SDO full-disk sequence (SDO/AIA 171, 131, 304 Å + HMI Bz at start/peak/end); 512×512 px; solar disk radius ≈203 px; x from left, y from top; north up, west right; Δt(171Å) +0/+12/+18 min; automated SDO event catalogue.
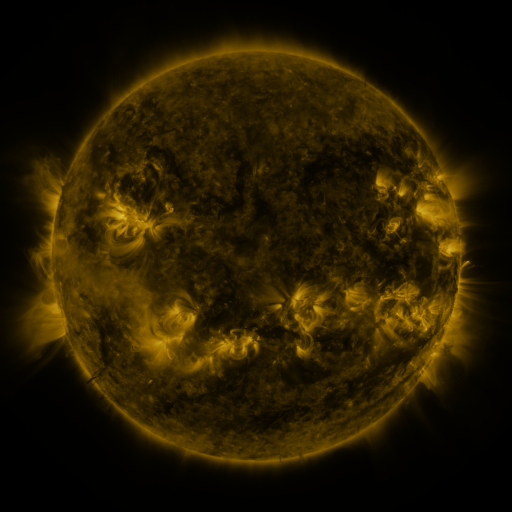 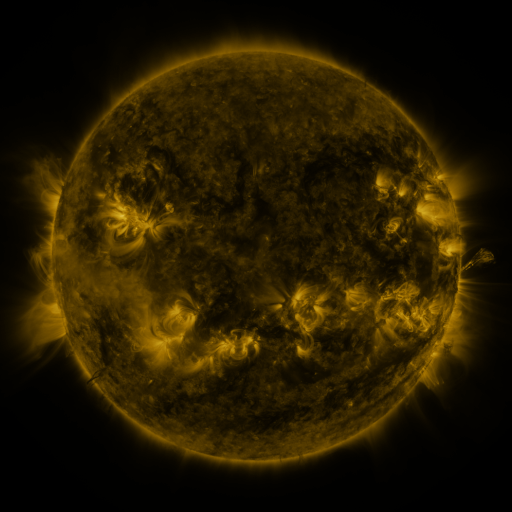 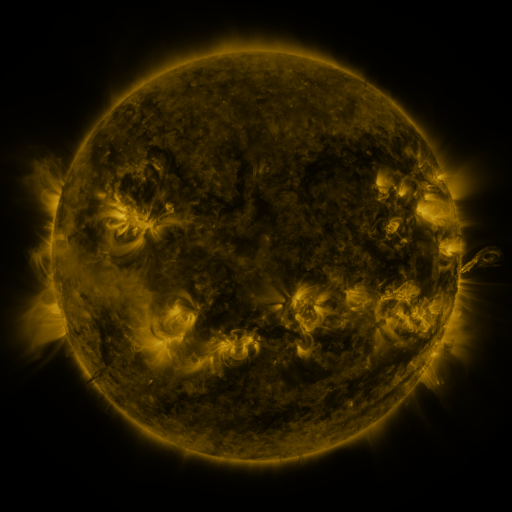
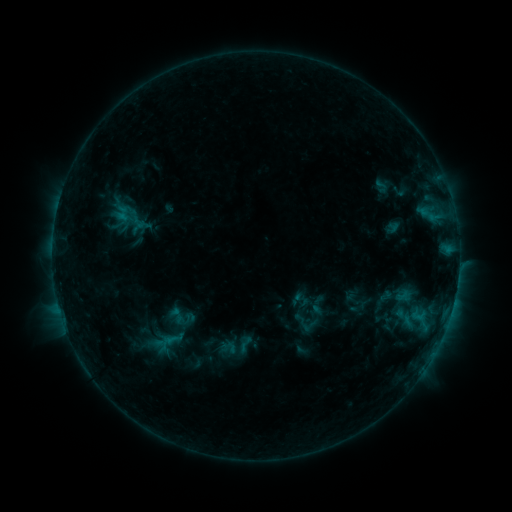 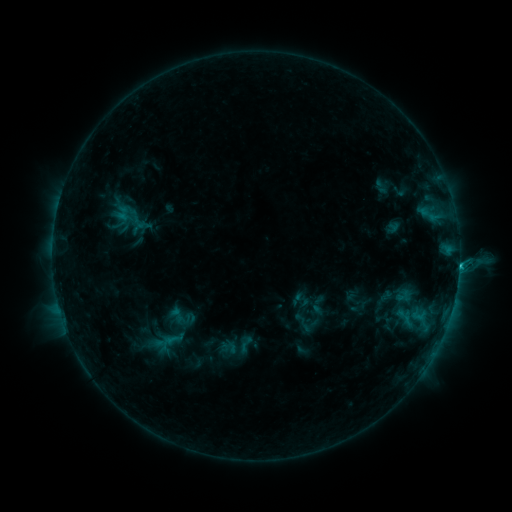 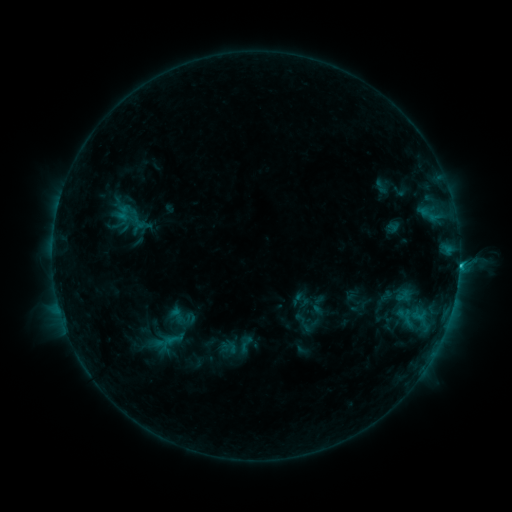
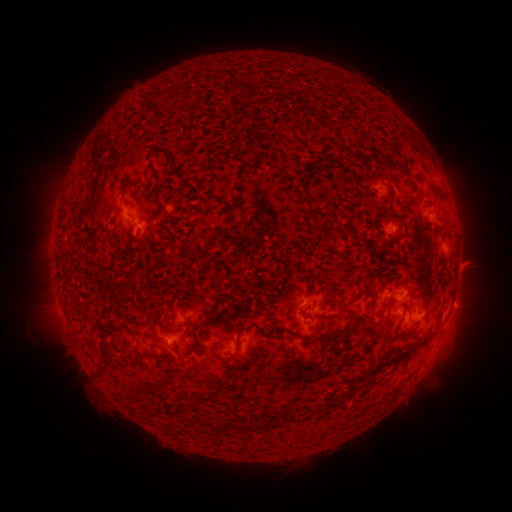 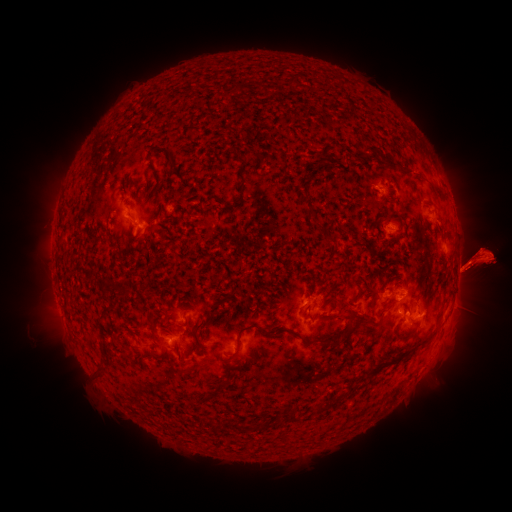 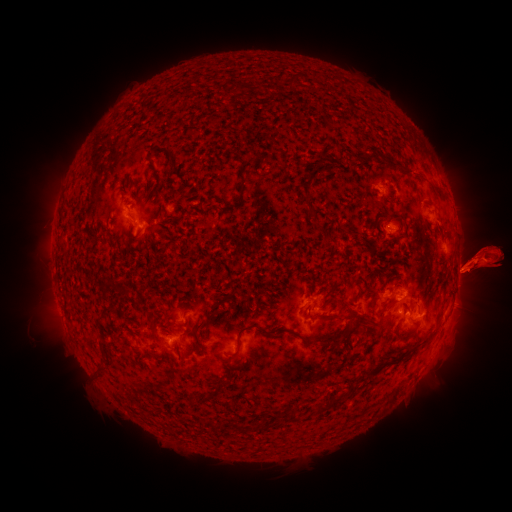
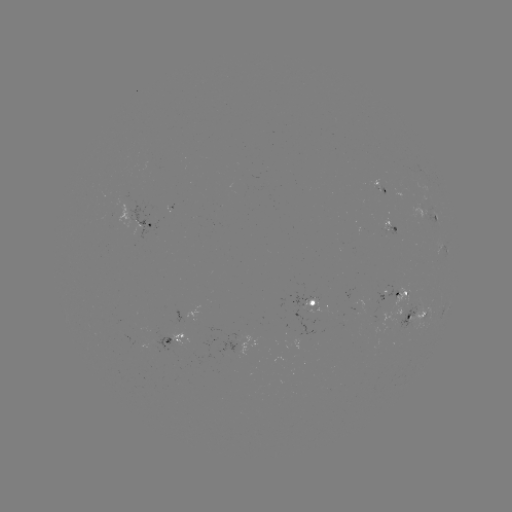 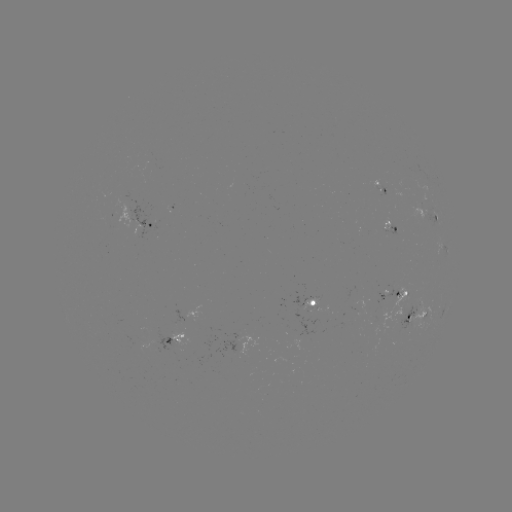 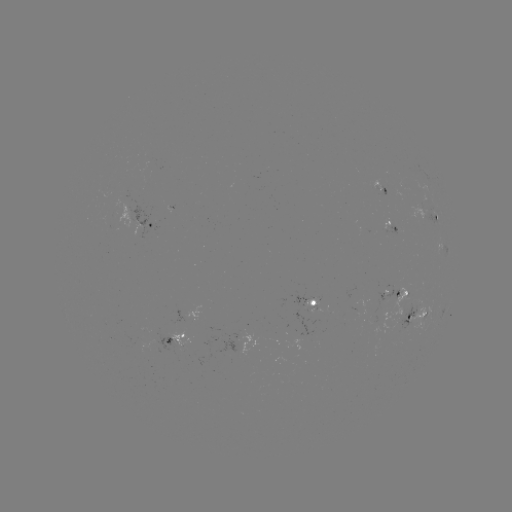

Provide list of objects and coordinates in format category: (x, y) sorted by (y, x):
eruption: (478, 258)
